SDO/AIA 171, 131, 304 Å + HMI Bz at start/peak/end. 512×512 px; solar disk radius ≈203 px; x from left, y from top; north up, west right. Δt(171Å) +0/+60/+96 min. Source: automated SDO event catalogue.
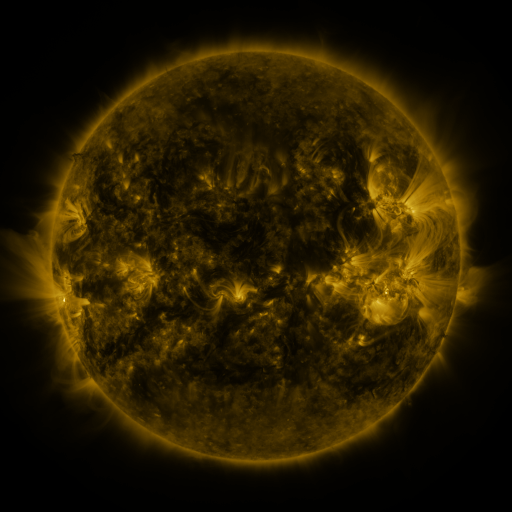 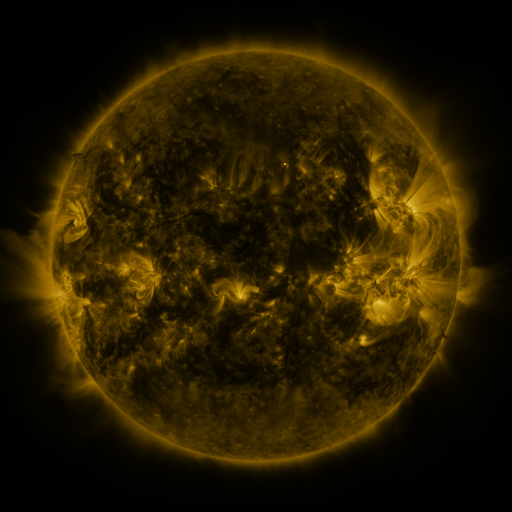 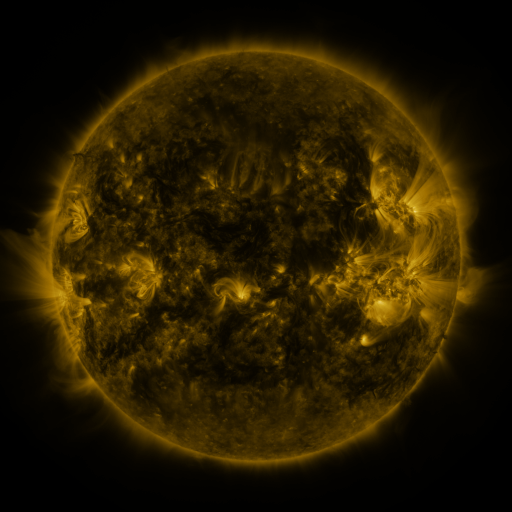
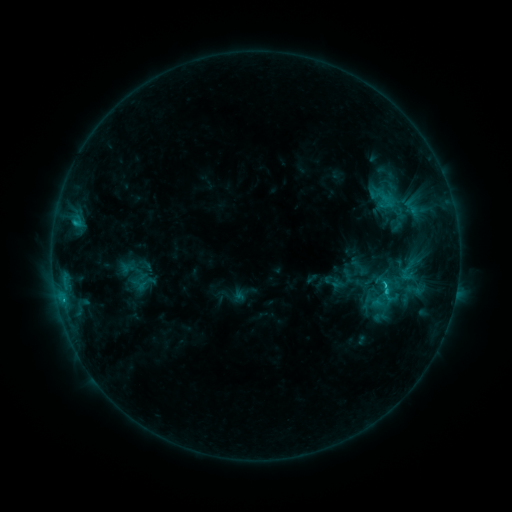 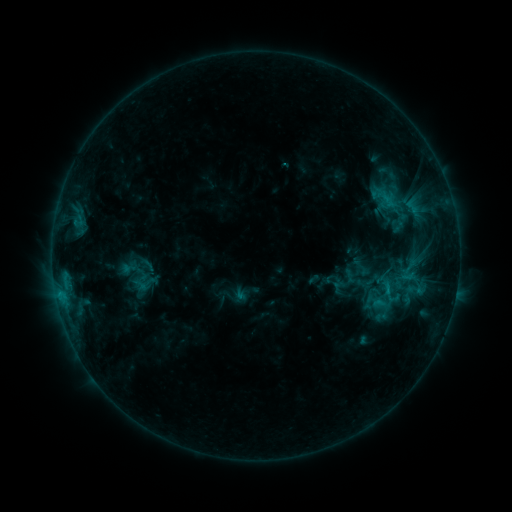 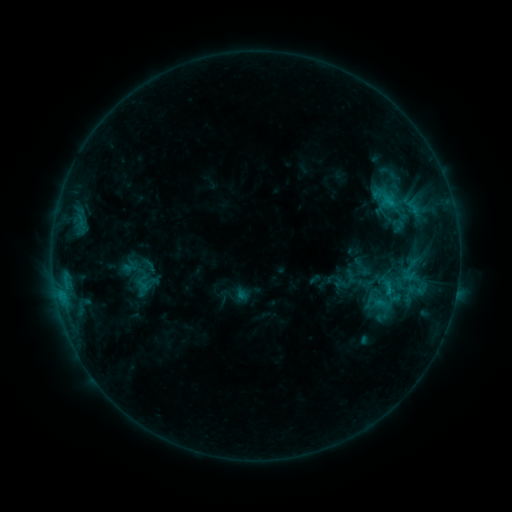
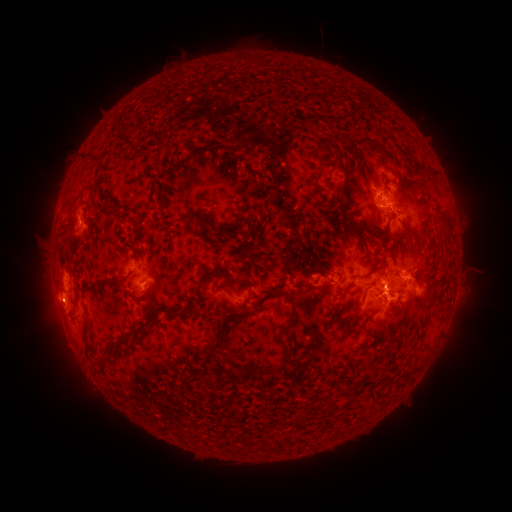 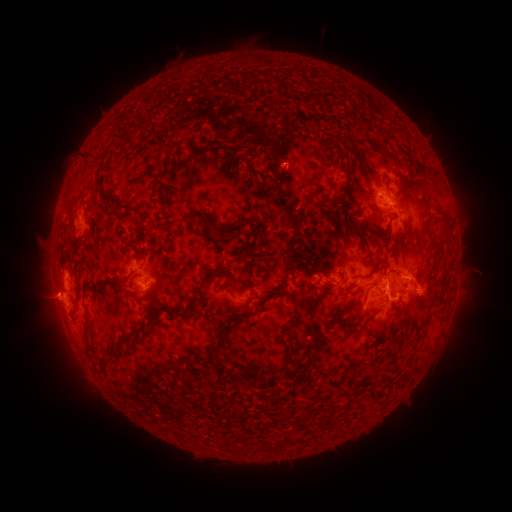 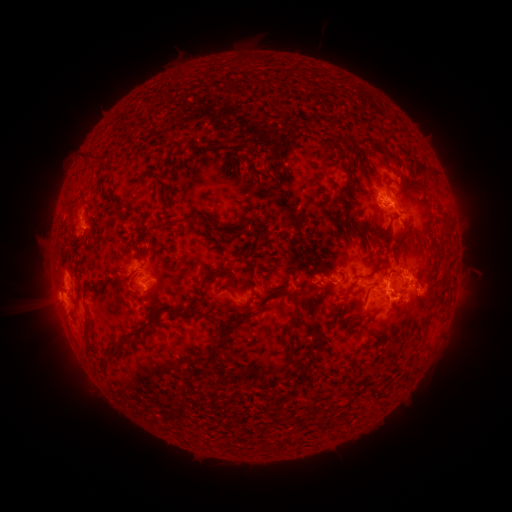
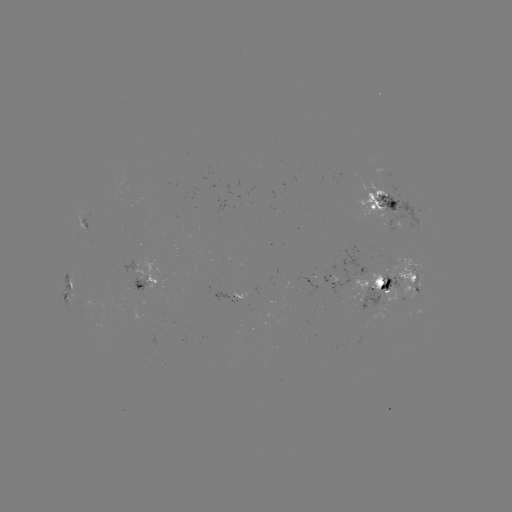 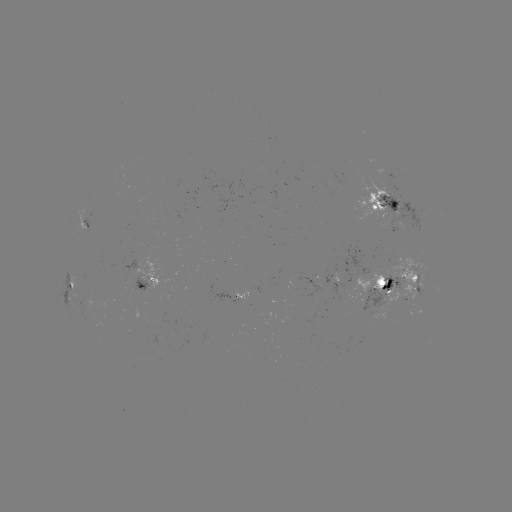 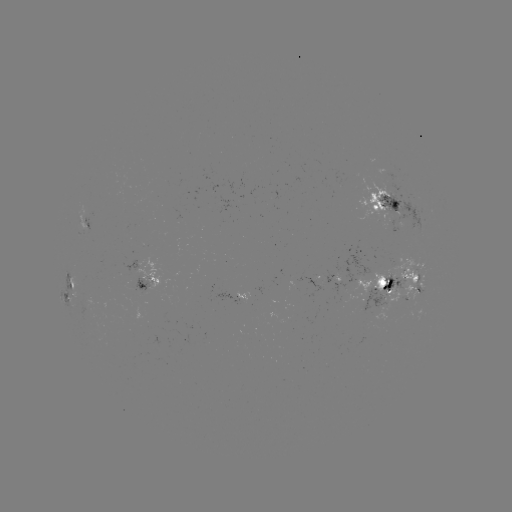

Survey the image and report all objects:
emerging-flux region: (392, 191)
